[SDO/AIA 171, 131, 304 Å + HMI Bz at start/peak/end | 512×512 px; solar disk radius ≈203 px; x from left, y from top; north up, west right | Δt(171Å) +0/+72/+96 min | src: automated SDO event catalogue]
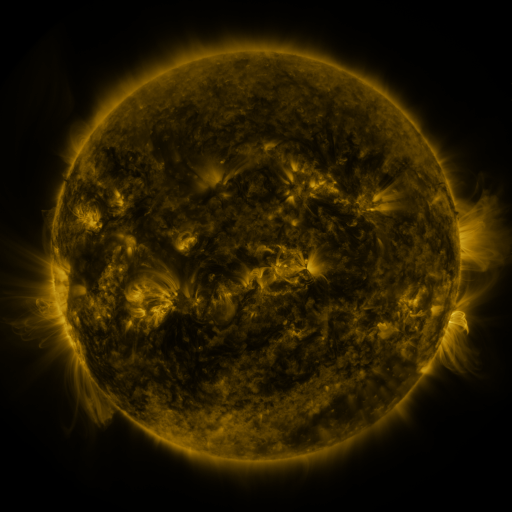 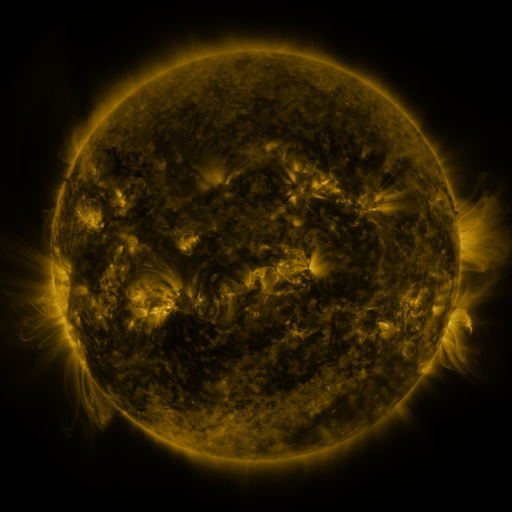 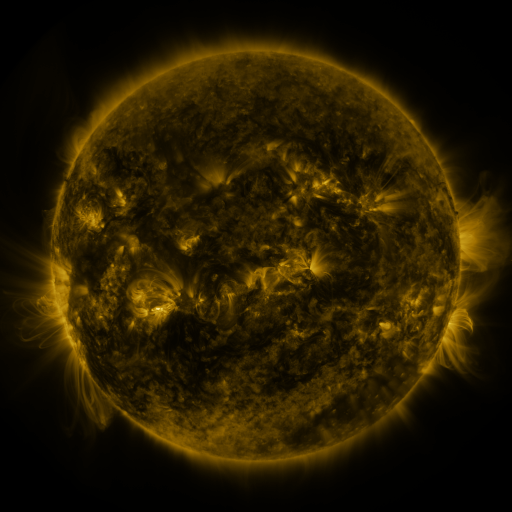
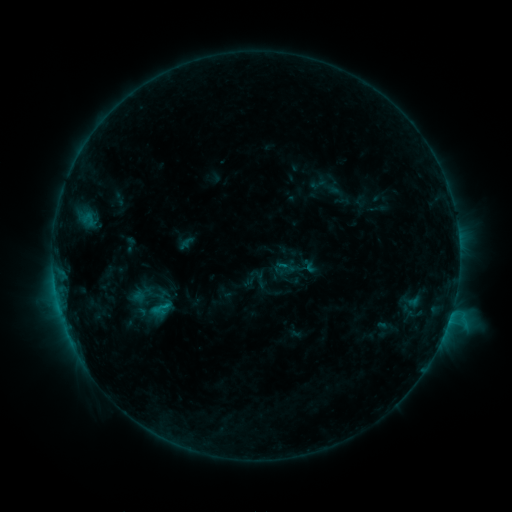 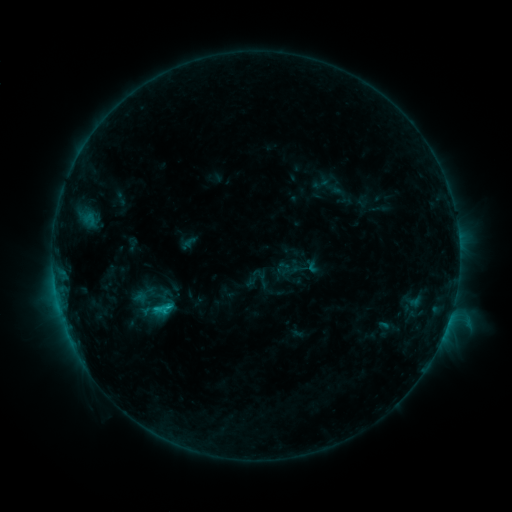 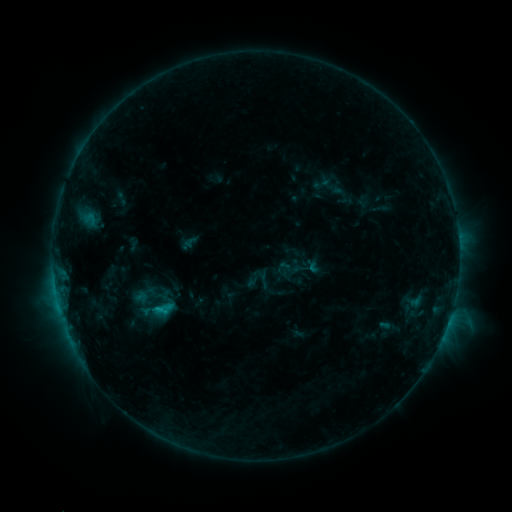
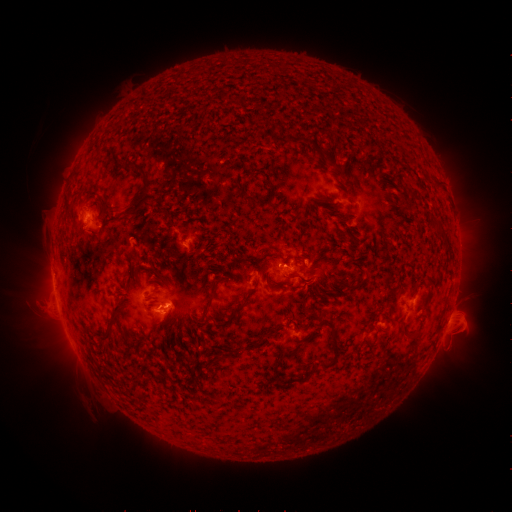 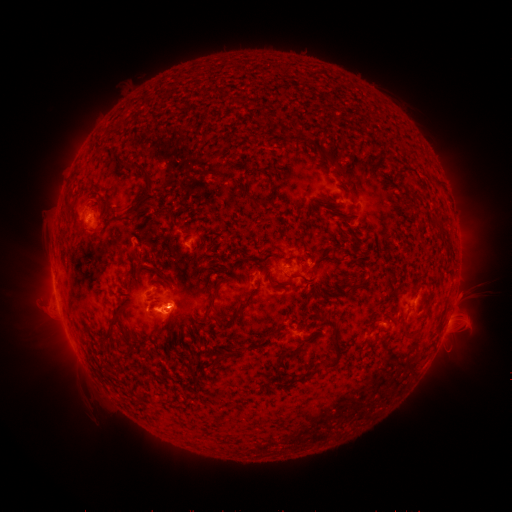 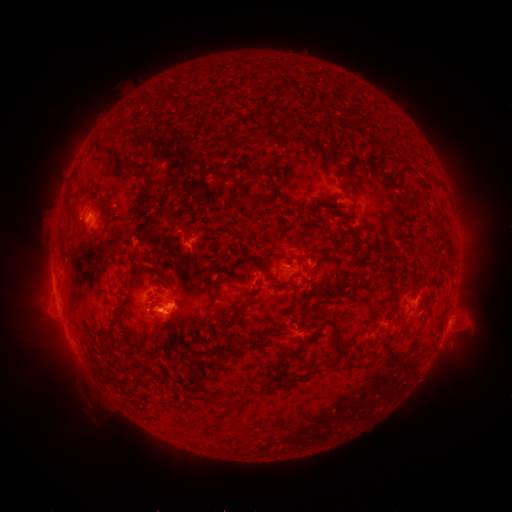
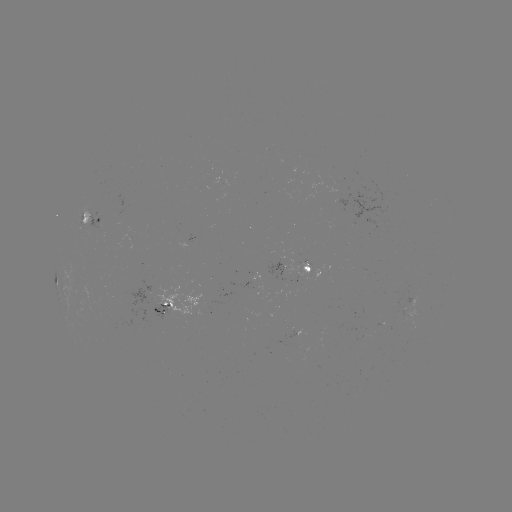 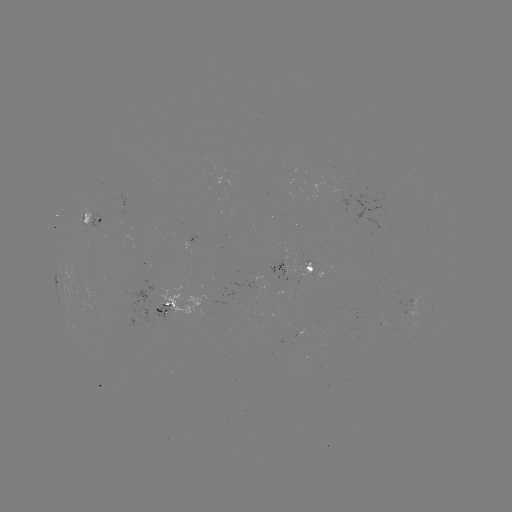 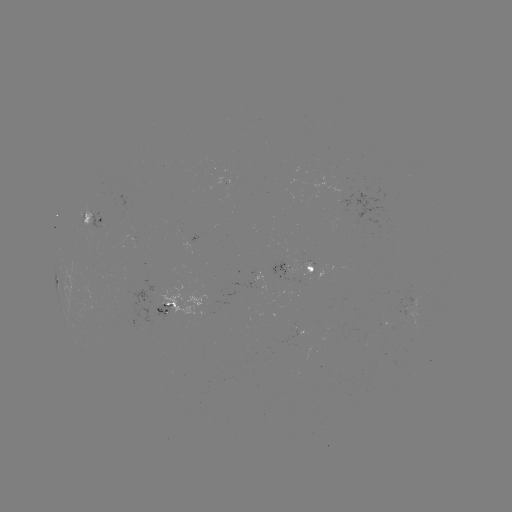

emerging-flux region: <bbox>398, 299, 420, 330</bbox>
